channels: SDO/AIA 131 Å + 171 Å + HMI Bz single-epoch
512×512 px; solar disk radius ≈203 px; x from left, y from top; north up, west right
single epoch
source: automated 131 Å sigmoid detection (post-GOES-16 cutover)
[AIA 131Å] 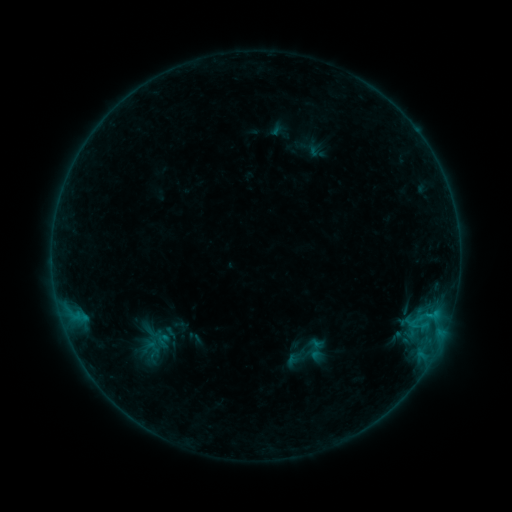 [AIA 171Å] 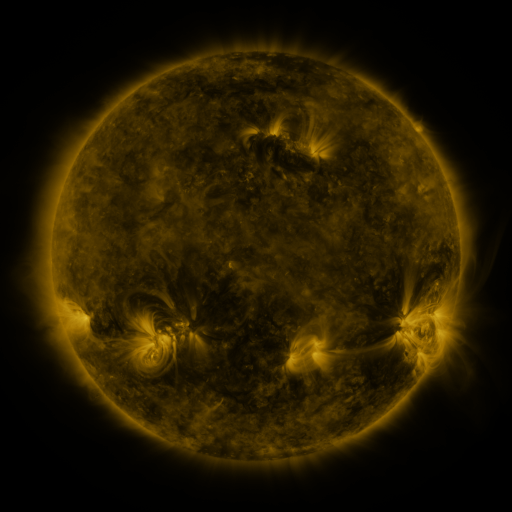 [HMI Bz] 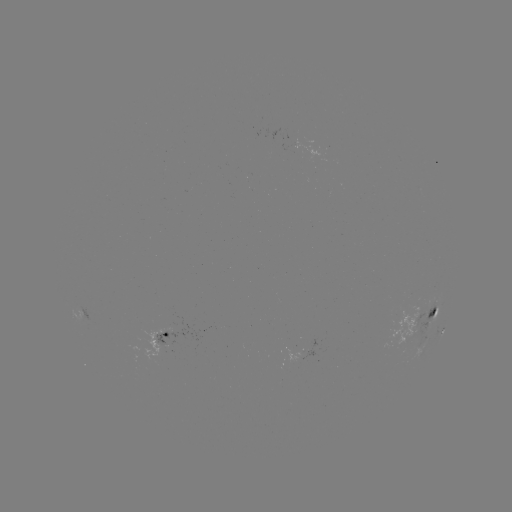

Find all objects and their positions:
sigmoid: [151, 332, 175, 349]
sigmoid: [303, 337, 328, 362]
